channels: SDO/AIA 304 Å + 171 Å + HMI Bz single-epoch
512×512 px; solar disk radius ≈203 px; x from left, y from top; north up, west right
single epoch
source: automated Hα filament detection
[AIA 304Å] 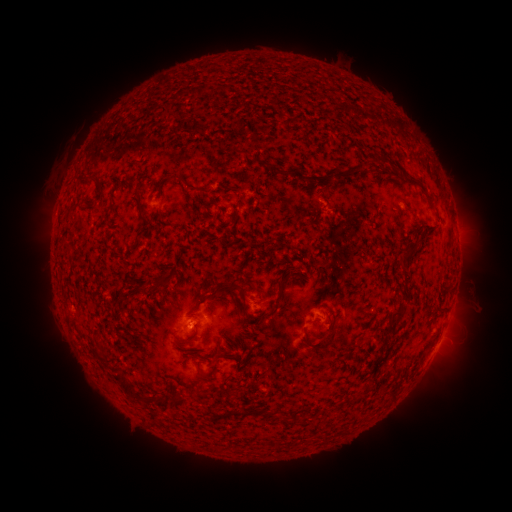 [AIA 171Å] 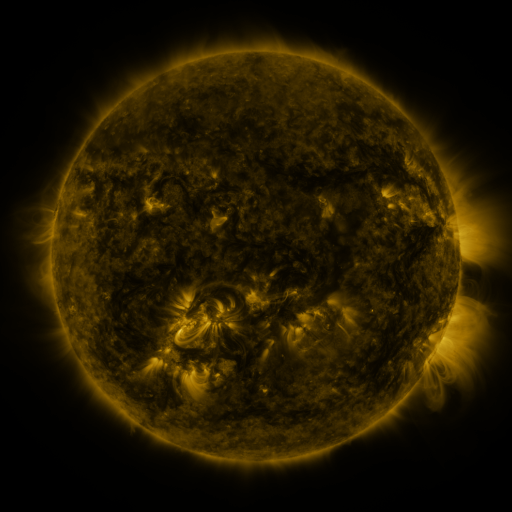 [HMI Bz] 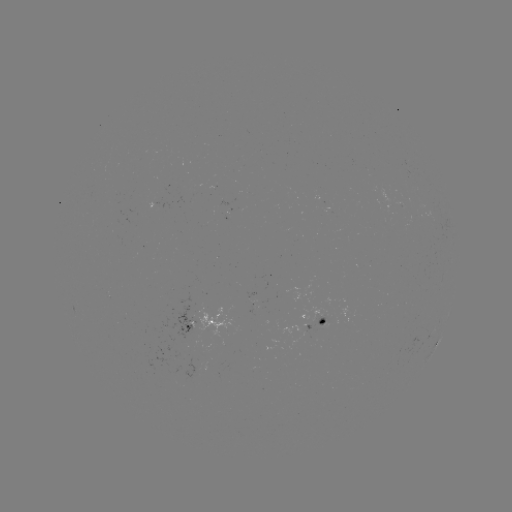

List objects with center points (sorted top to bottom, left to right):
filament: (198, 92)
filament: (377, 158)
filament: (289, 171)
filament: (414, 180)
filament: (184, 189)
filament: (101, 192)
filament: (210, 204)
filament: (139, 213)
filament: (409, 251)
filament: (163, 281)
filament: (139, 292)
filament: (211, 297)
filament: (276, 306)
filament: (395, 312)
filament: (193, 338)
filament: (323, 343)
filament: (187, 386)
filament: (130, 390)
filament: (202, 392)
filament: (241, 413)
filament: (271, 414)
filament: (285, 419)
